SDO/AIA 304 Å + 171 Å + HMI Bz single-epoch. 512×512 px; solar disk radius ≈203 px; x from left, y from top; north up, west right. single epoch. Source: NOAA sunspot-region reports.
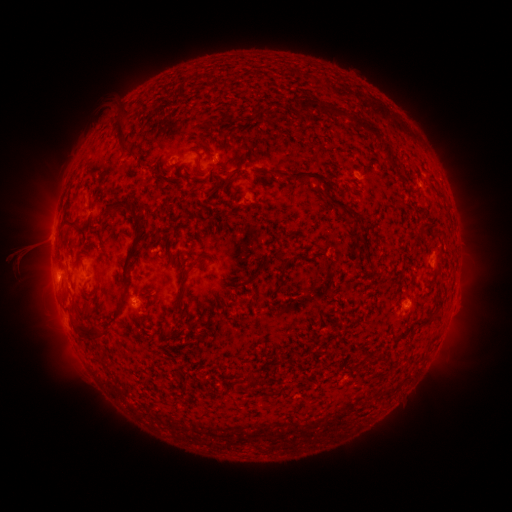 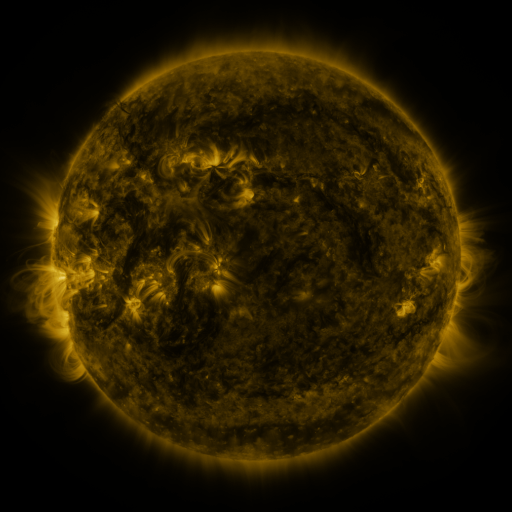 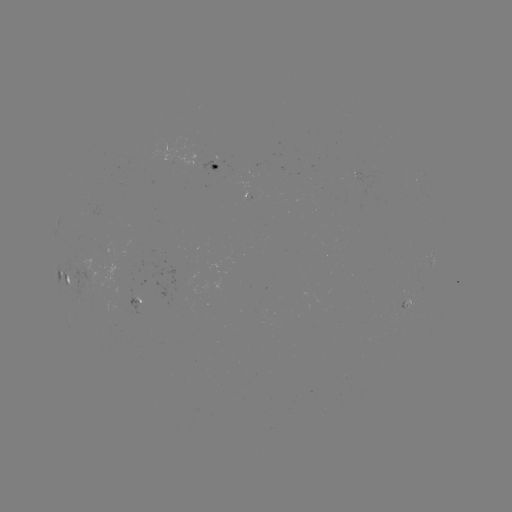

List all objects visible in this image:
spotted active region: (219, 167)
spotted active region: (70, 274)
spotted active region: (409, 300)
